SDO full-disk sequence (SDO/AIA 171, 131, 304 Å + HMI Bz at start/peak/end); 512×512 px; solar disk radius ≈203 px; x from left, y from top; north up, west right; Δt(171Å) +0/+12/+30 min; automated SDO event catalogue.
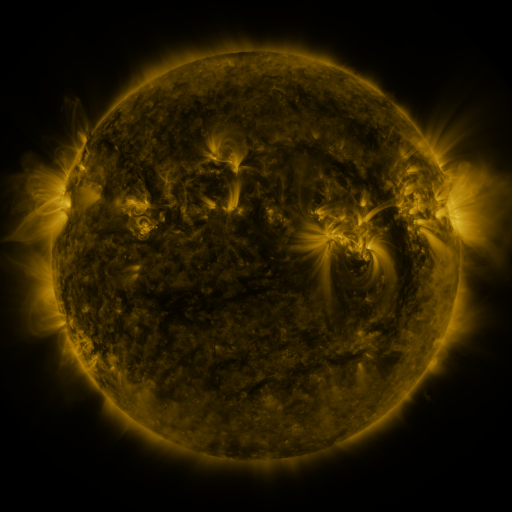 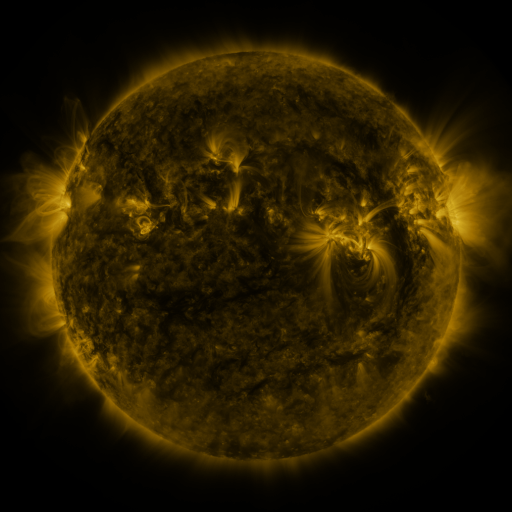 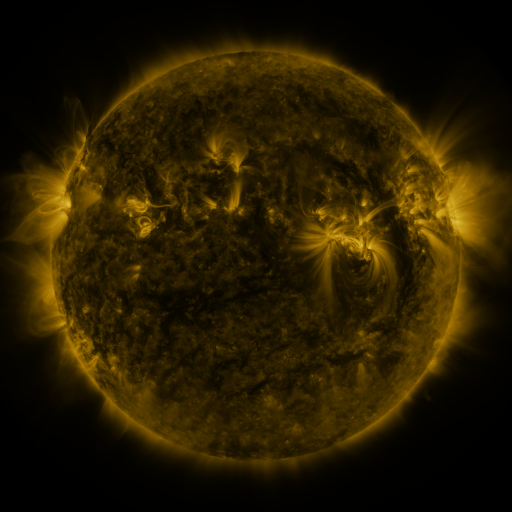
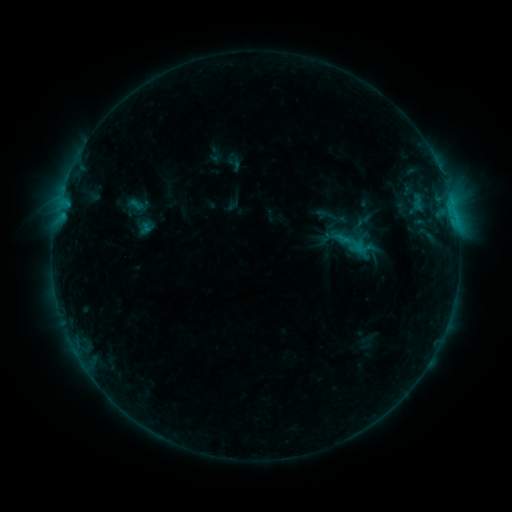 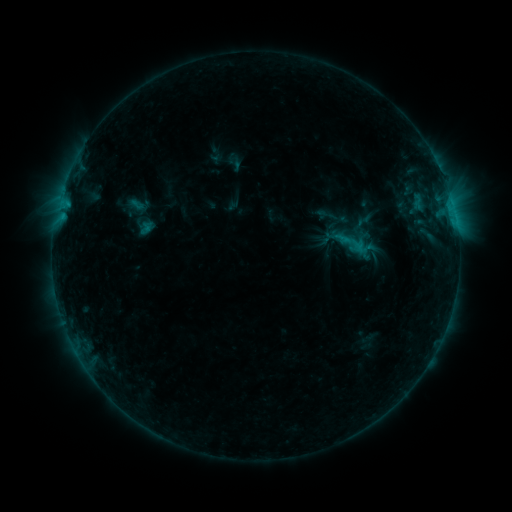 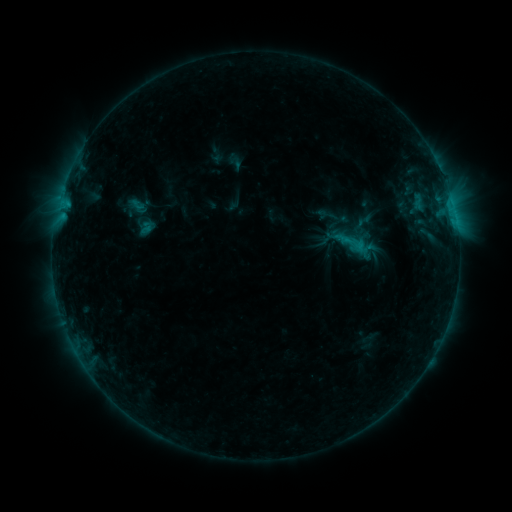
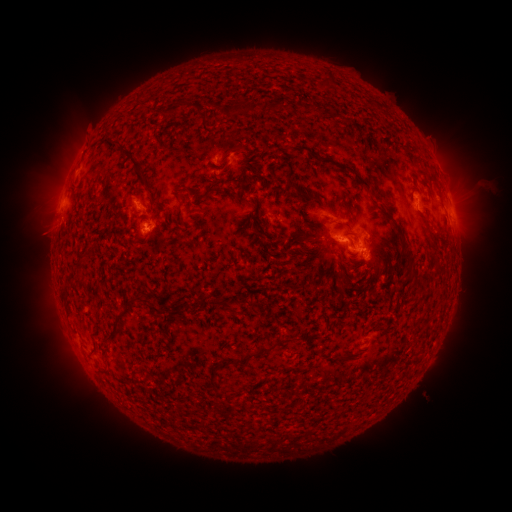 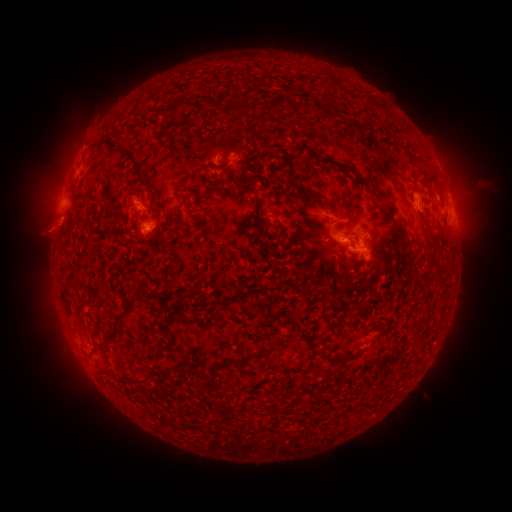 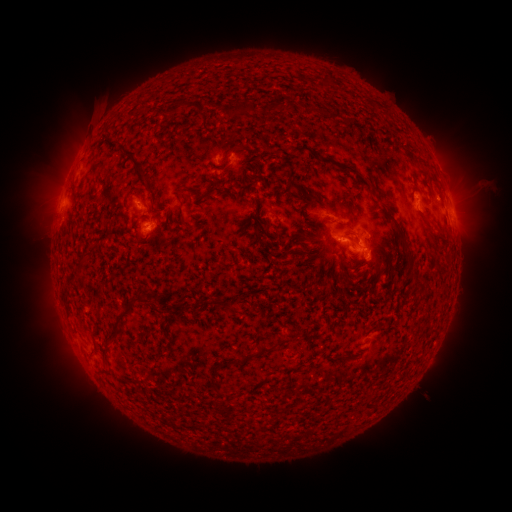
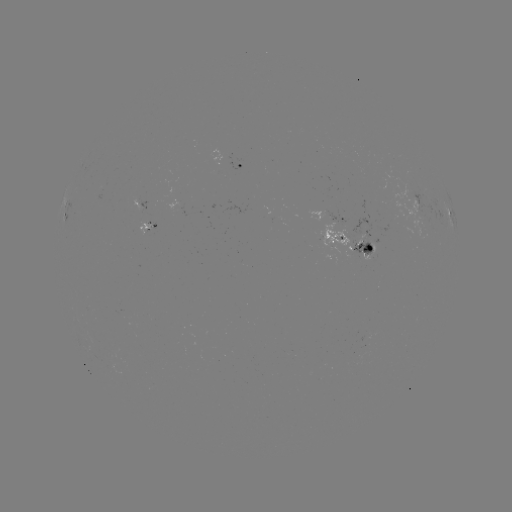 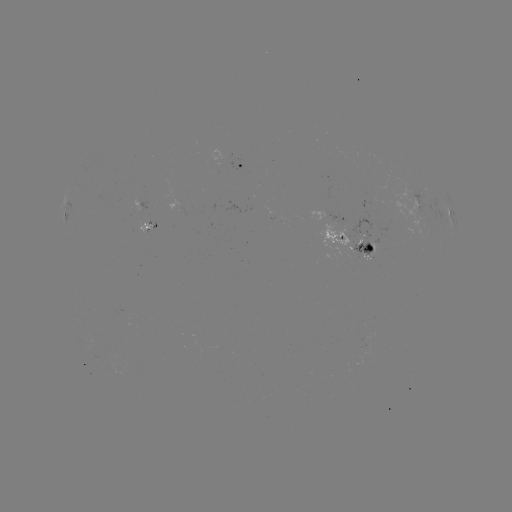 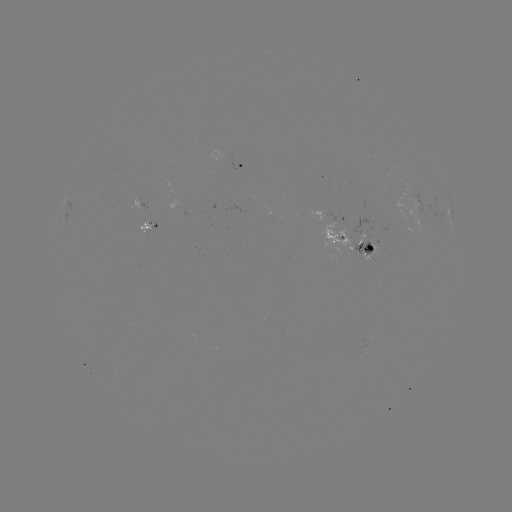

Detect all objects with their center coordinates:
eruption: (86, 132)
